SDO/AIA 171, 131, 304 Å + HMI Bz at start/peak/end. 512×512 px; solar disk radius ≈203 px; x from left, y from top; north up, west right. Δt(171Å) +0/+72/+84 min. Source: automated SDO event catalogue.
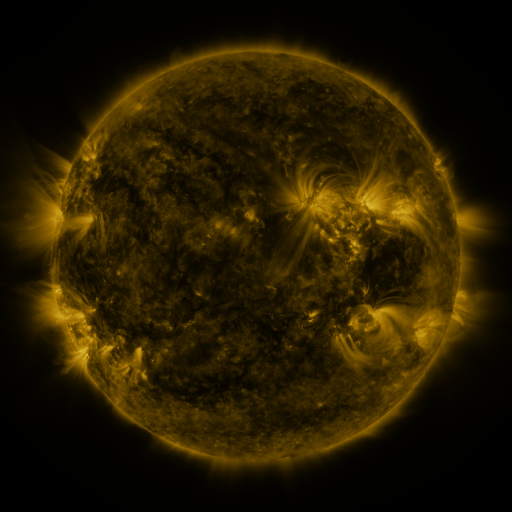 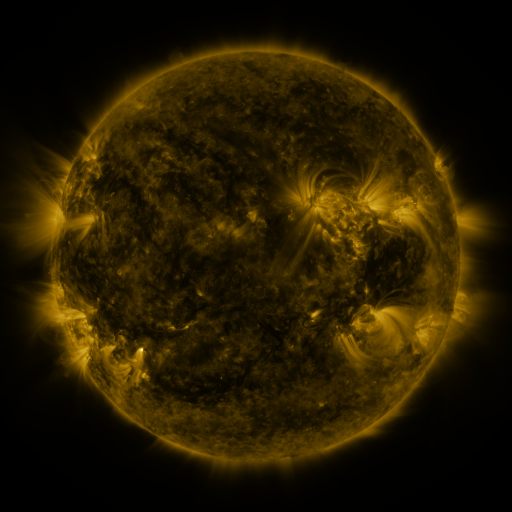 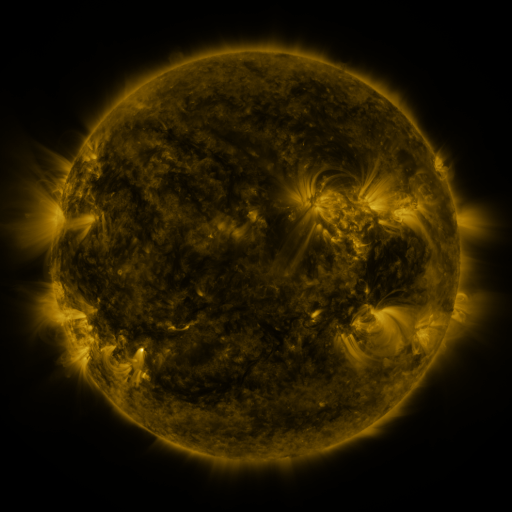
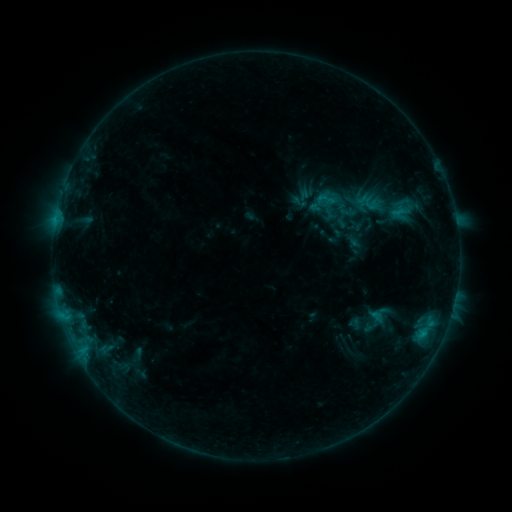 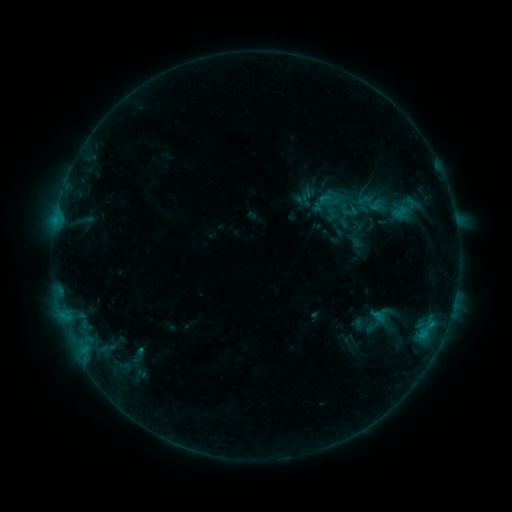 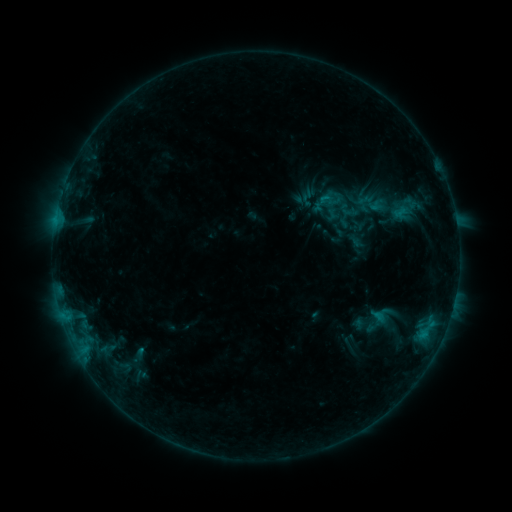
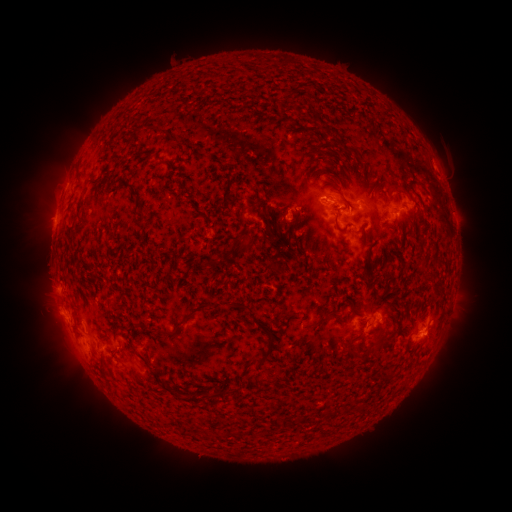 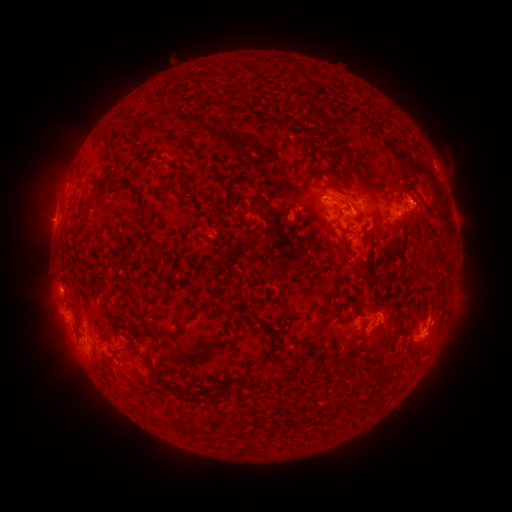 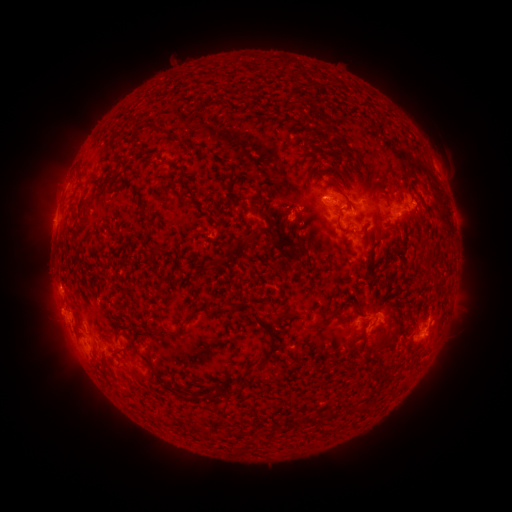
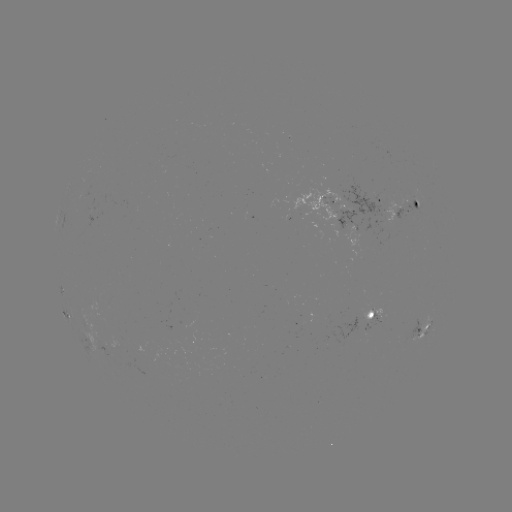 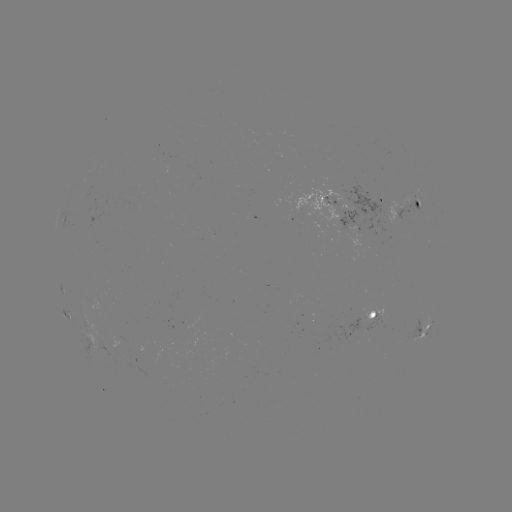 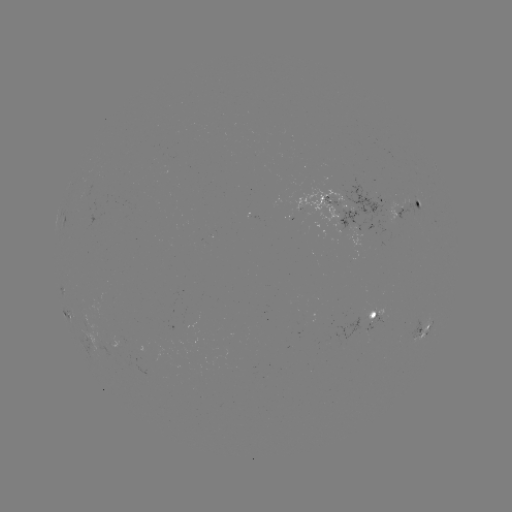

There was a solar emerging-flux region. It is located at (351, 218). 